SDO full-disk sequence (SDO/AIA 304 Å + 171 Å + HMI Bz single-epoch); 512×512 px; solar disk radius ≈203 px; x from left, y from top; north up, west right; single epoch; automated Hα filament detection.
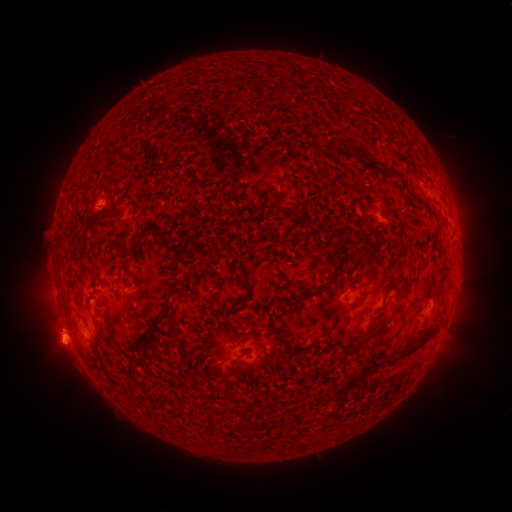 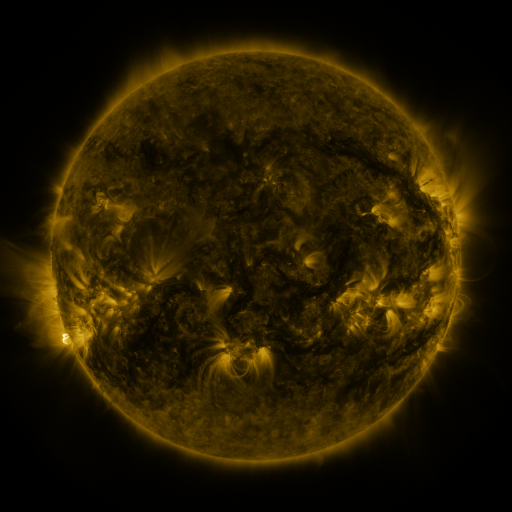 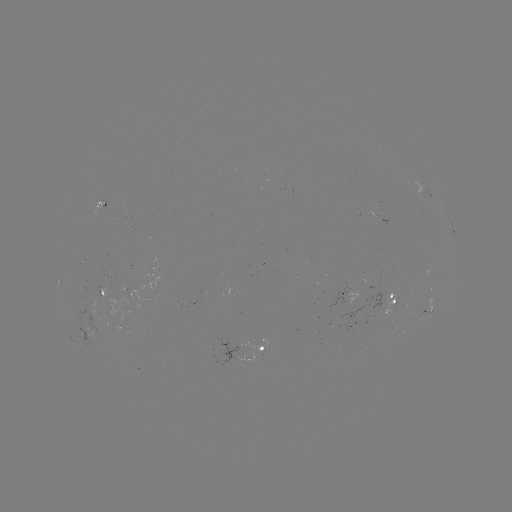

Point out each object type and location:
filament: (301, 91, 312, 101)
filament: (339, 98, 349, 110)
filament: (361, 109, 368, 119)
filament: (341, 156, 373, 167)
filament: (371, 215, 383, 222)
filament: (415, 218, 425, 226)
filament: (119, 225, 129, 252)
filament: (428, 229, 440, 244)
filament: (220, 235, 230, 247)
filament: (323, 239, 348, 301)
filament: (365, 239, 383, 257)
filament: (167, 253, 176, 262)
filament: (111, 255, 118, 266)
filament: (429, 257, 440, 273)
filament: (358, 261, 373, 300)
filament: (237, 279, 245, 295)
filament: (137, 287, 168, 318)
filament: (294, 297, 319, 306)
filament: (126, 330, 139, 344)
filament: (222, 331, 239, 342)
filament: (329, 335, 372, 366)
filament: (315, 345, 325, 361)
filament: (211, 347, 237, 367)
filament: (248, 348, 260, 362)
filament: (317, 351, 427, 397)
filament: (91, 354, 105, 365)
